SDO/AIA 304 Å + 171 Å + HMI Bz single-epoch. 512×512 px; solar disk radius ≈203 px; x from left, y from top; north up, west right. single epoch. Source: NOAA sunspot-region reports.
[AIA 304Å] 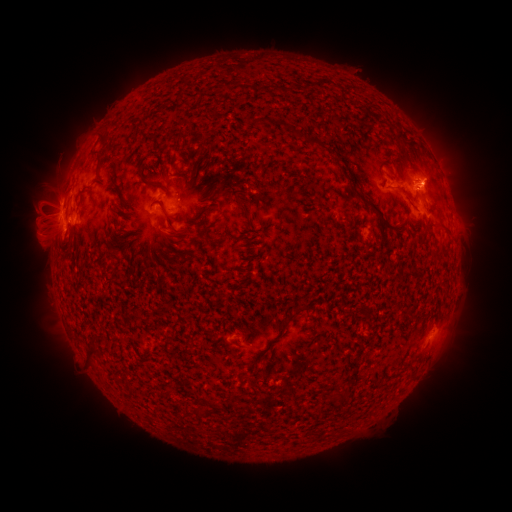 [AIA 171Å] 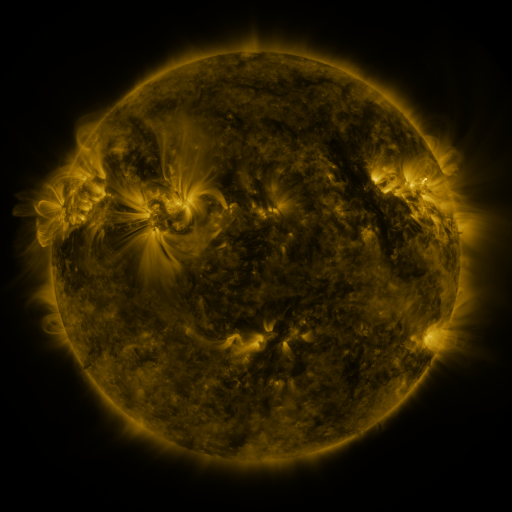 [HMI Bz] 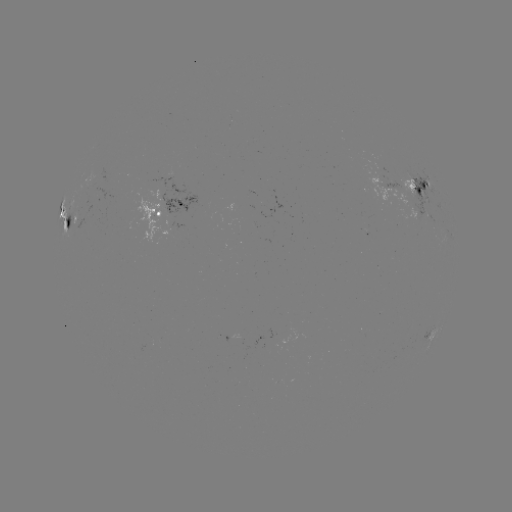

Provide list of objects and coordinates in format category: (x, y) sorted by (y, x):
spotted active region: (383, 183)
spotted active region: (422, 191)
spotted active region: (162, 210)
spotted active region: (63, 224)
spotted active region: (429, 332)
